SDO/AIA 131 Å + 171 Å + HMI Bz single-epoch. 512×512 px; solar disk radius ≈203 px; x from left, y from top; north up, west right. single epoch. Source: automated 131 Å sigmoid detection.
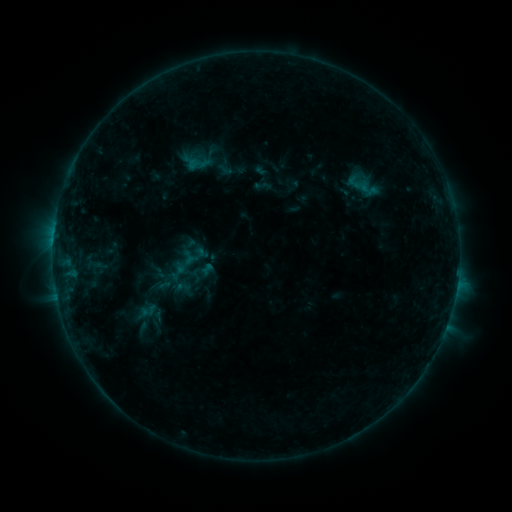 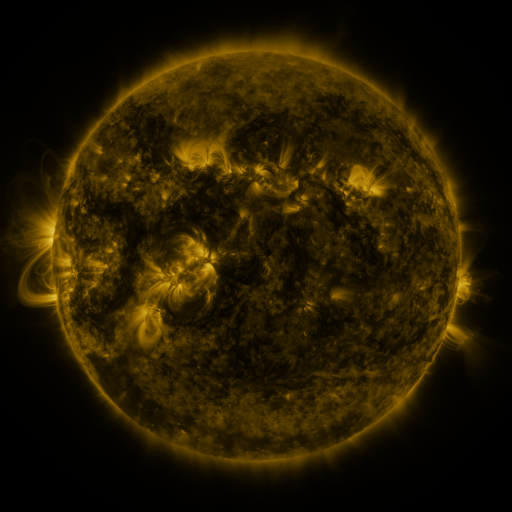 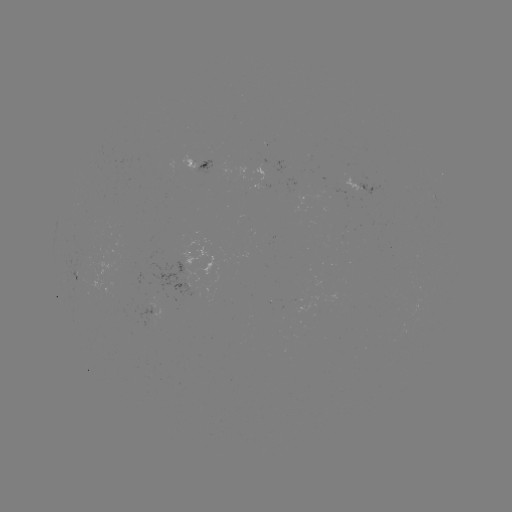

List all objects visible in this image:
sigmoid: <bbox>172, 253, 197, 276</bbox>
sigmoid: <bbox>172, 278, 193, 296</bbox>
